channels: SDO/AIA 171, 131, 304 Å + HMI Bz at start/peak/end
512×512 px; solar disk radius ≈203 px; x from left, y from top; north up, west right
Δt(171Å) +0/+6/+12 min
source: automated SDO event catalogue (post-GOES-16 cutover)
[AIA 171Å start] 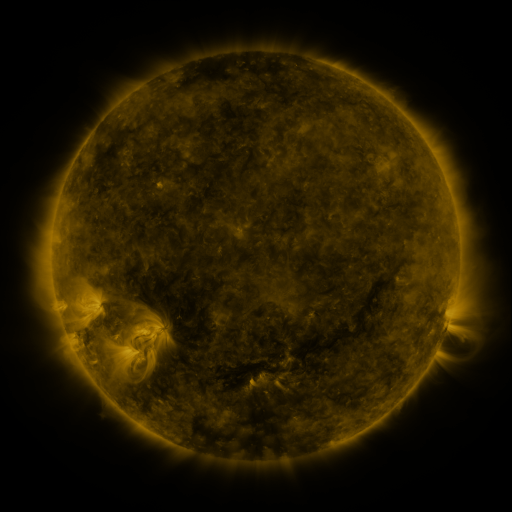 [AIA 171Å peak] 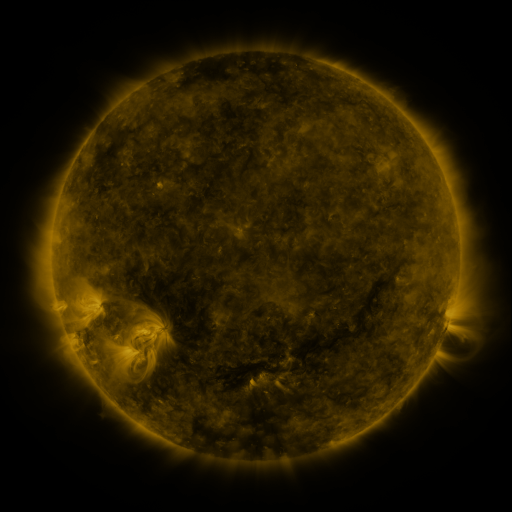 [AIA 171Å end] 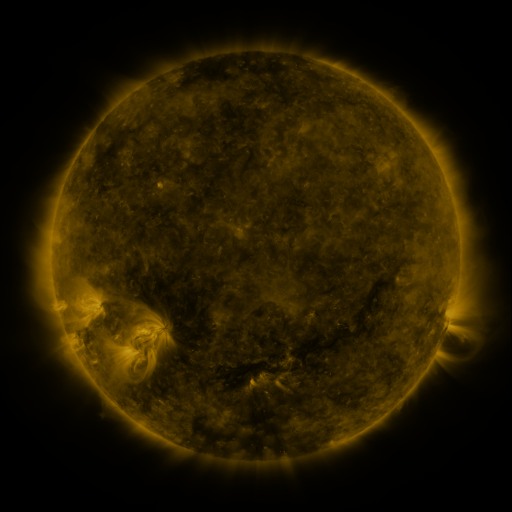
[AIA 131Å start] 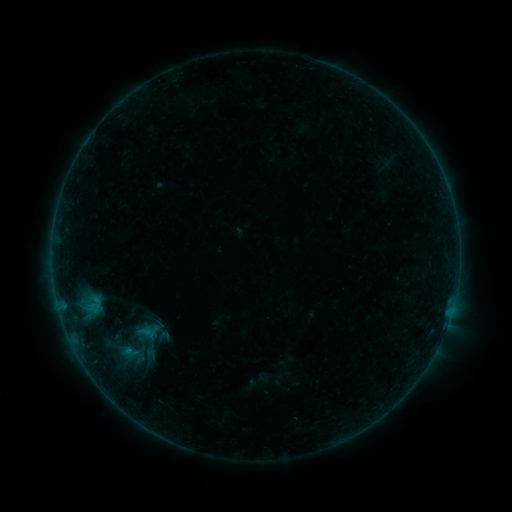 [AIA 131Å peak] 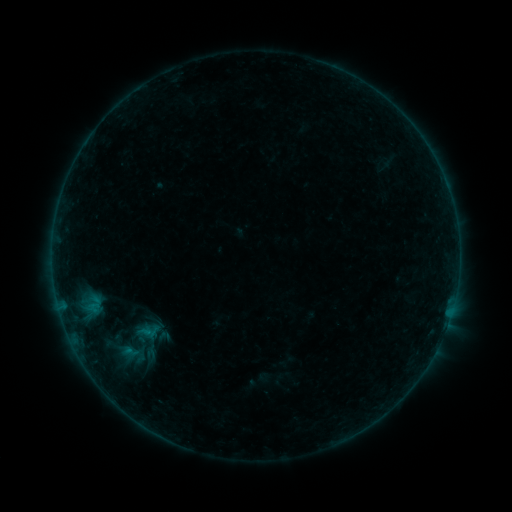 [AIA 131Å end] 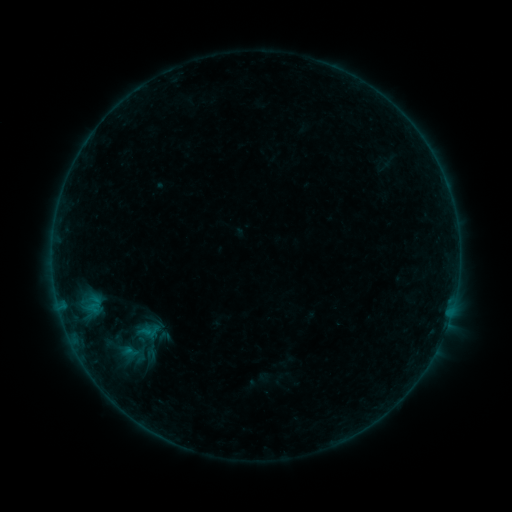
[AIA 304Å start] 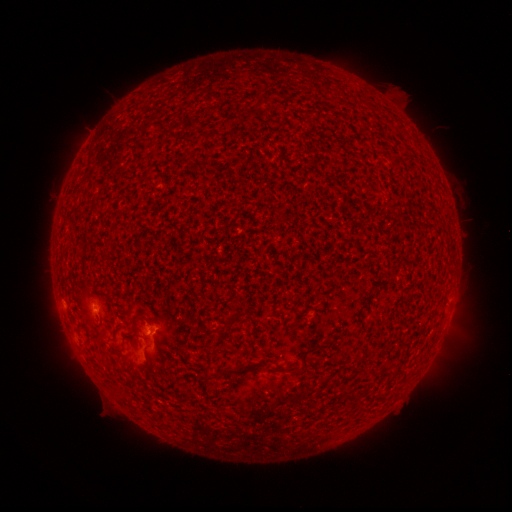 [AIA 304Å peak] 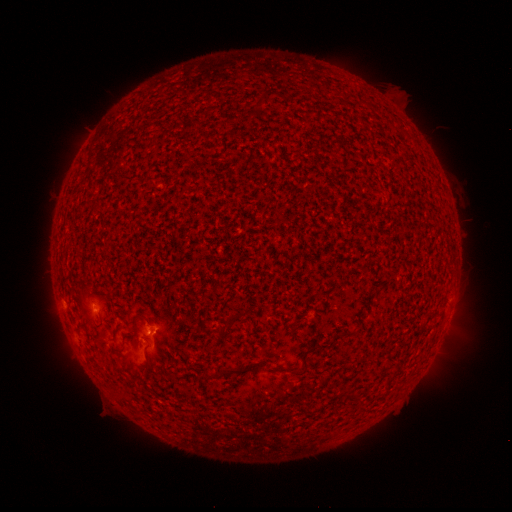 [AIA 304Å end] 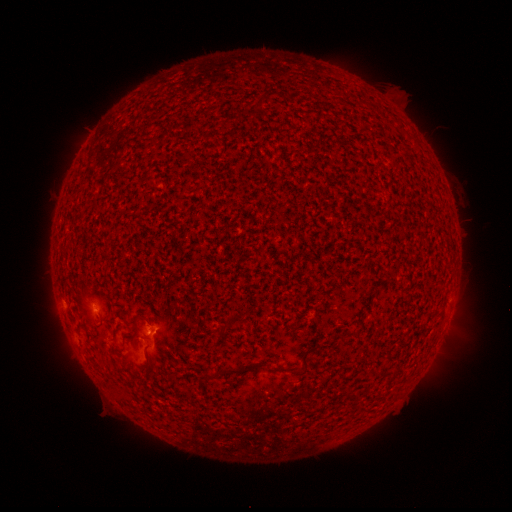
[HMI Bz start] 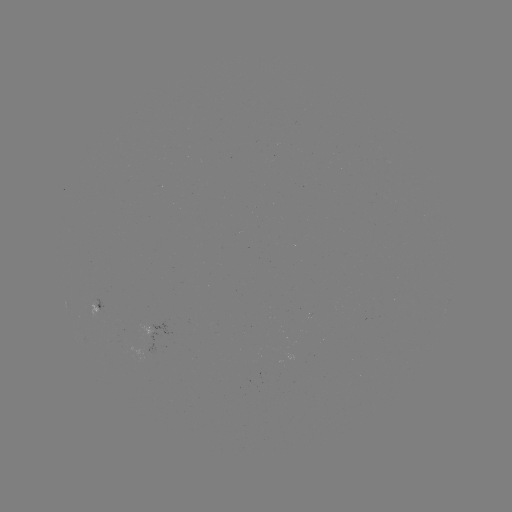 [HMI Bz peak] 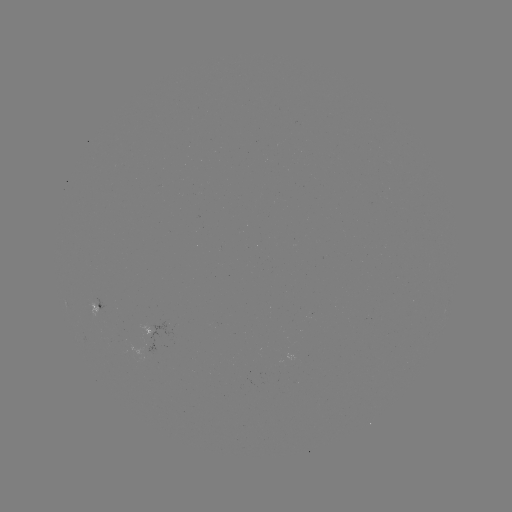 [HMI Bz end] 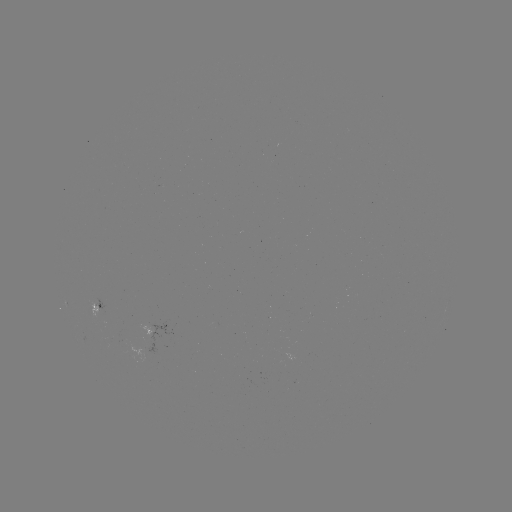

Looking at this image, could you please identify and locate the B1.2 flare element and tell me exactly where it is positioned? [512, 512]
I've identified B1.2 flare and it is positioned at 151,332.